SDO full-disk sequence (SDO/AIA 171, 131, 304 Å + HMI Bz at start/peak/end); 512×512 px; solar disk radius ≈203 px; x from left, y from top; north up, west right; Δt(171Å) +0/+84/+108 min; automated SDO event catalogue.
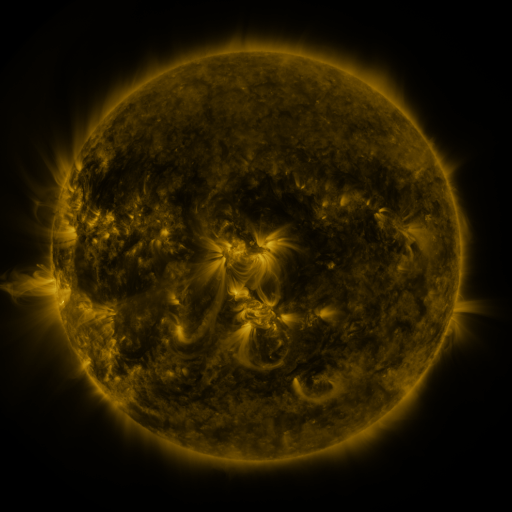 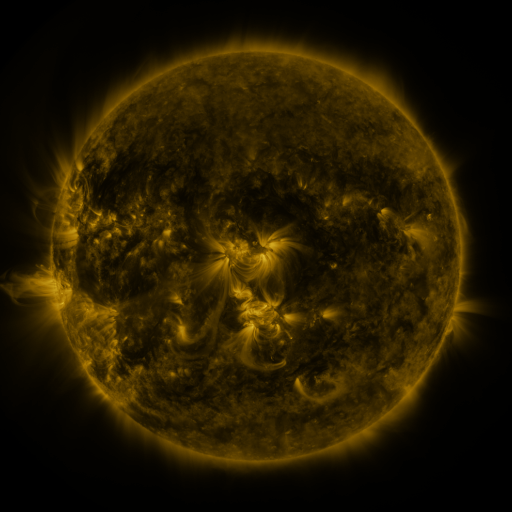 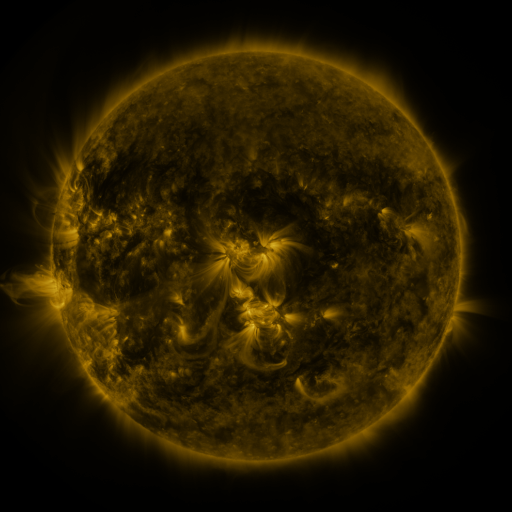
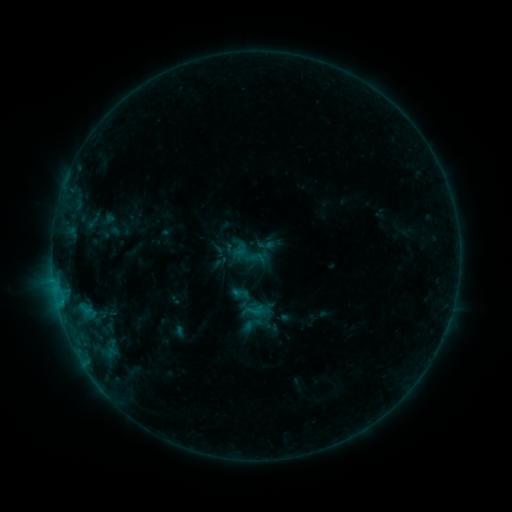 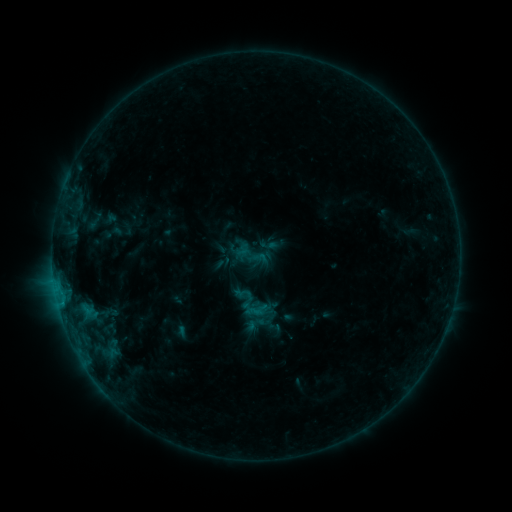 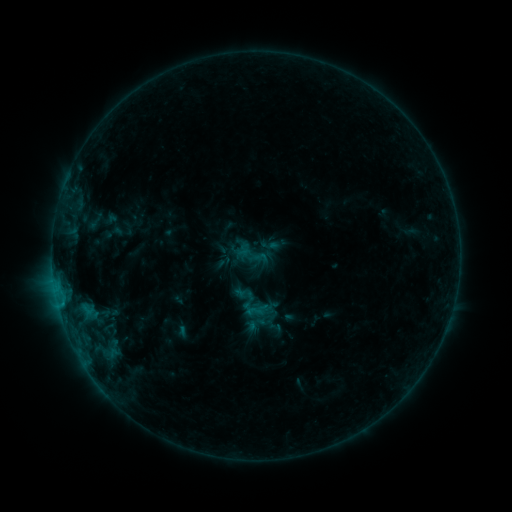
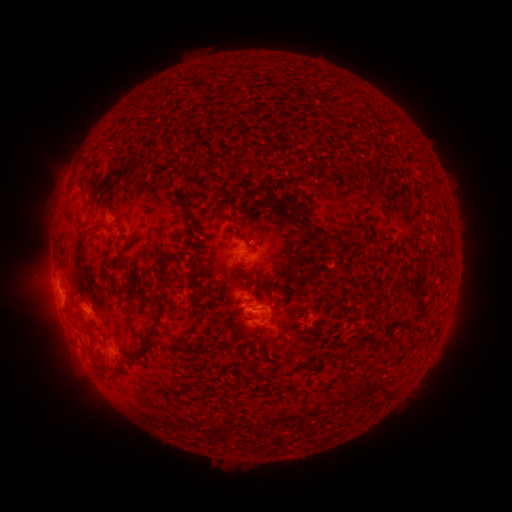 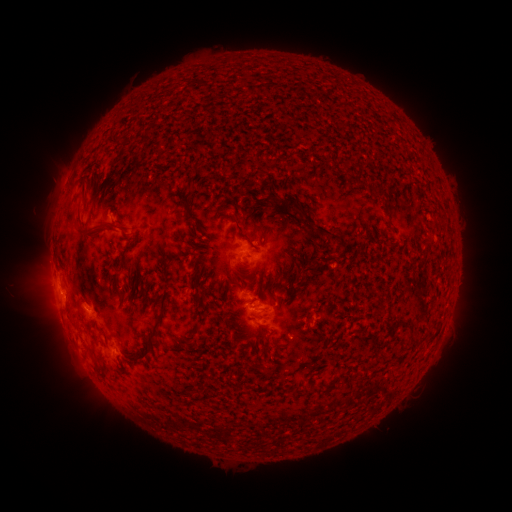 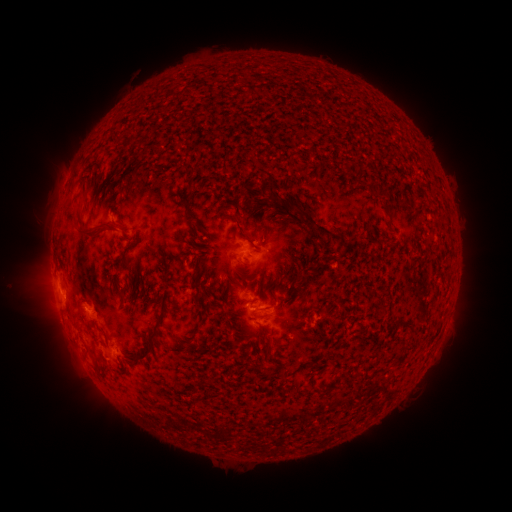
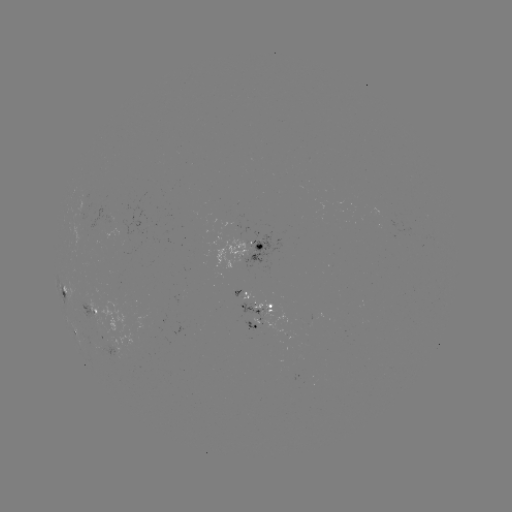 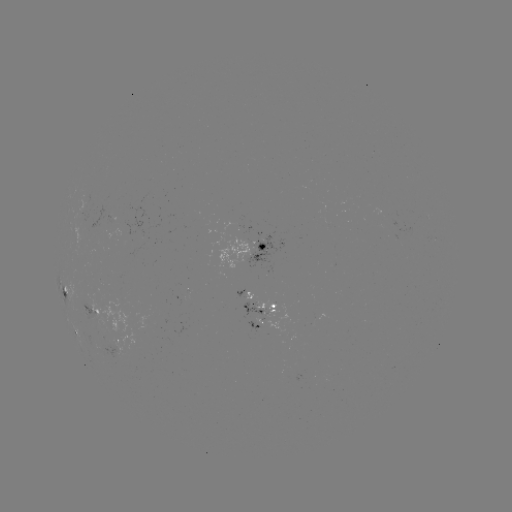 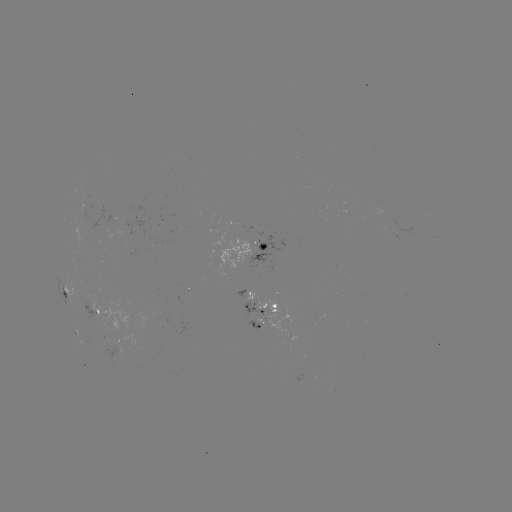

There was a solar emerging-flux region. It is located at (268, 308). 